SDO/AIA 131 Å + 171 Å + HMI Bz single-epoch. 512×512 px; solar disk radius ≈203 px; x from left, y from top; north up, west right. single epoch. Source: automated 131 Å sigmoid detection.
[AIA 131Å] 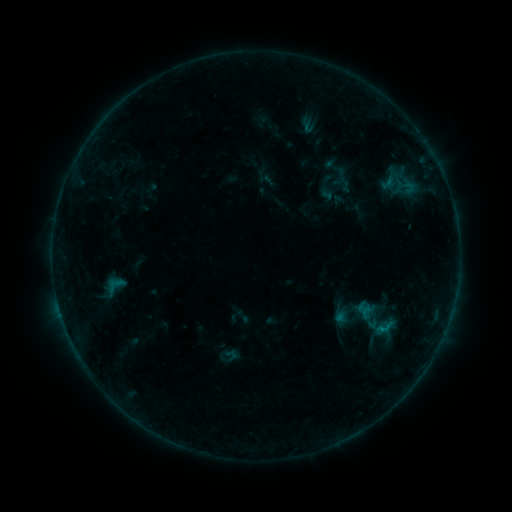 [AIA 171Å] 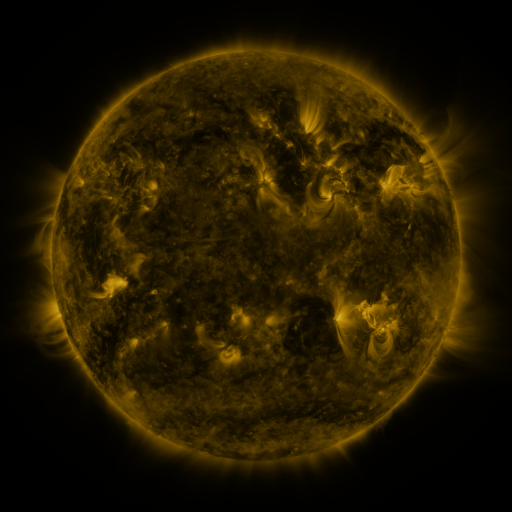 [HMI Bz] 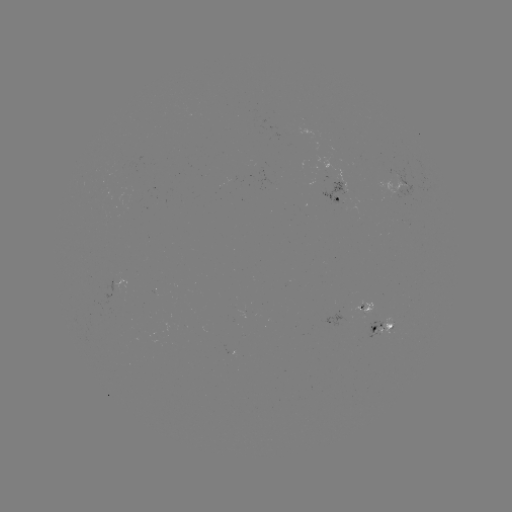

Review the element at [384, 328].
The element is sigmoid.